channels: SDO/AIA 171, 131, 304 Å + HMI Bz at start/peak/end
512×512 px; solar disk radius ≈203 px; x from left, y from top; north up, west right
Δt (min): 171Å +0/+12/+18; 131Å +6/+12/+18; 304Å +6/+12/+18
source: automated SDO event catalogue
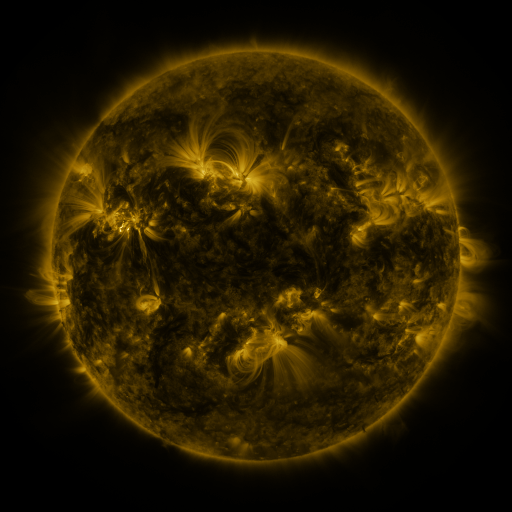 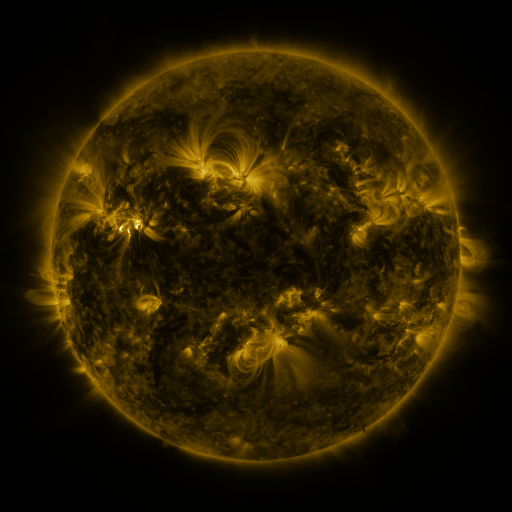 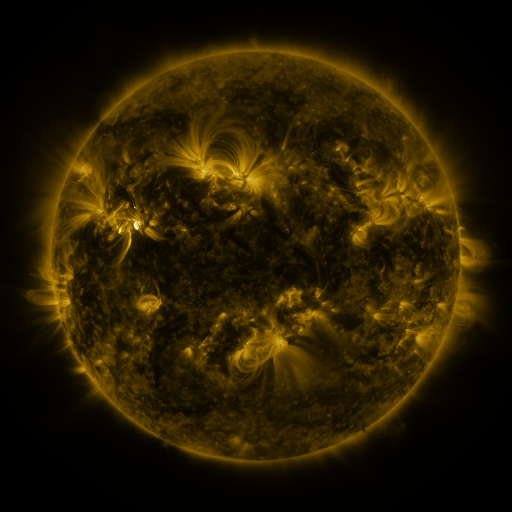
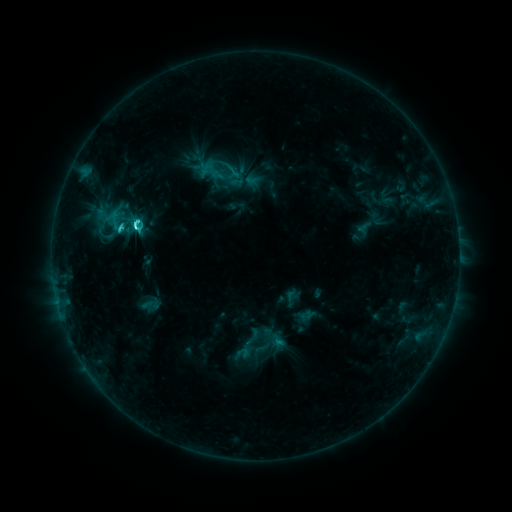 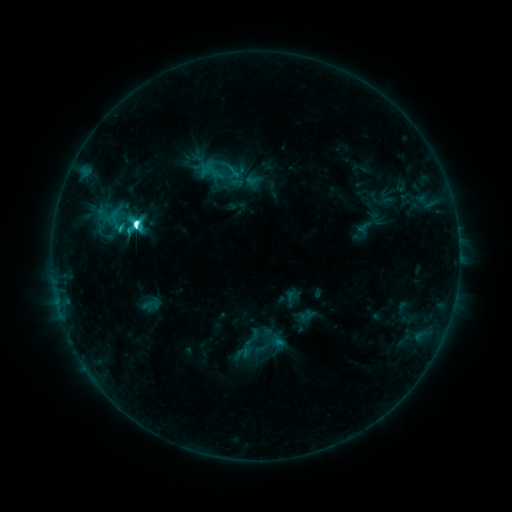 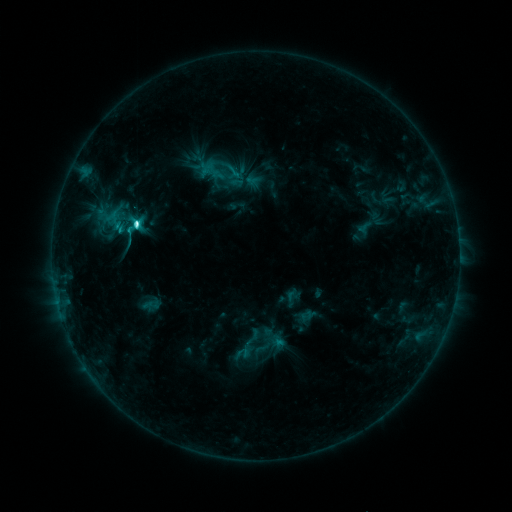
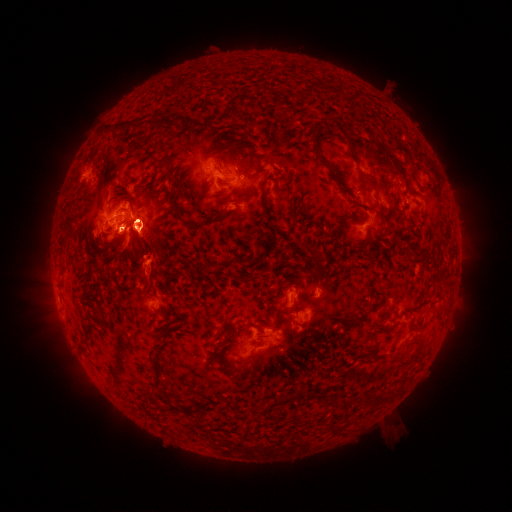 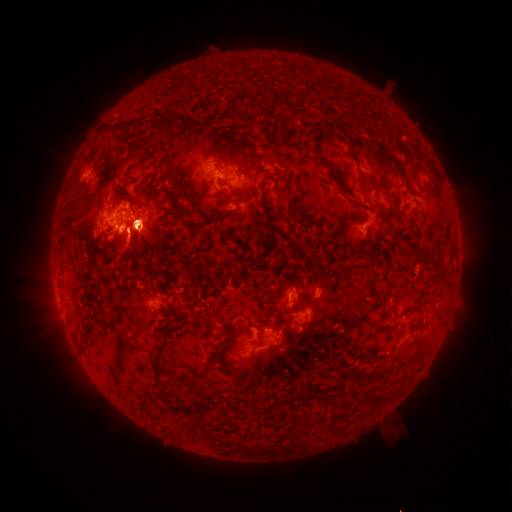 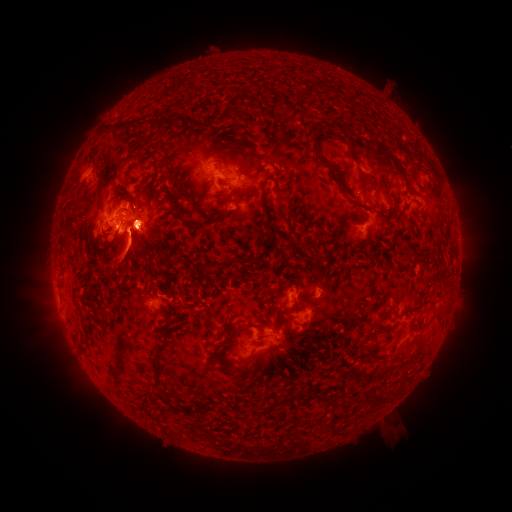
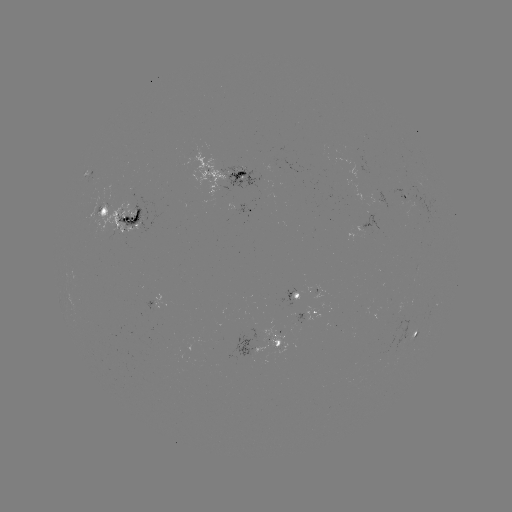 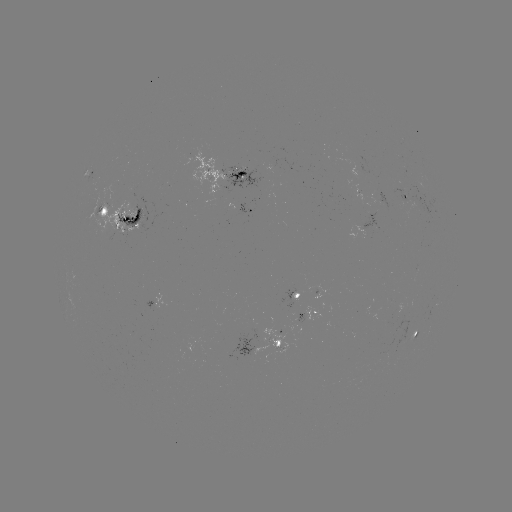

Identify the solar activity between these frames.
eruption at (271, 361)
